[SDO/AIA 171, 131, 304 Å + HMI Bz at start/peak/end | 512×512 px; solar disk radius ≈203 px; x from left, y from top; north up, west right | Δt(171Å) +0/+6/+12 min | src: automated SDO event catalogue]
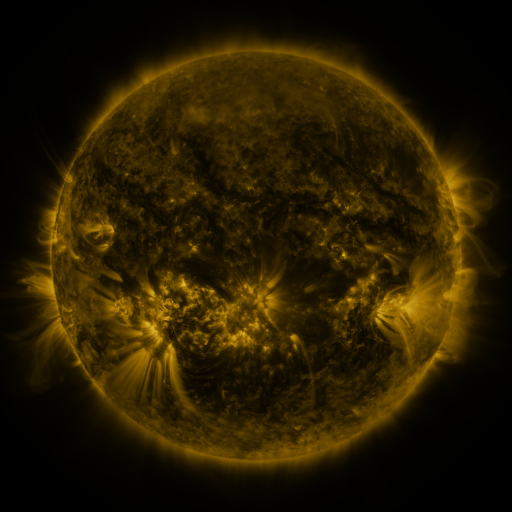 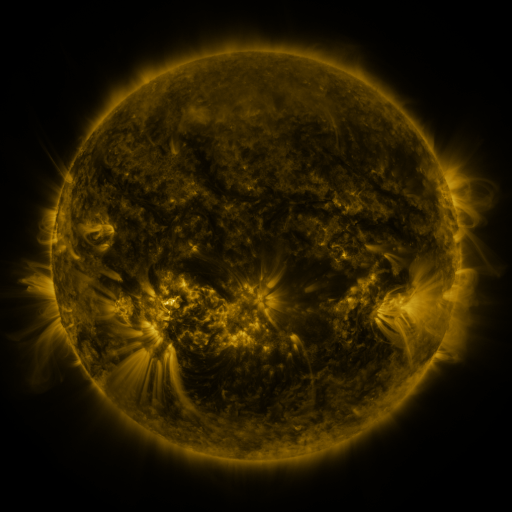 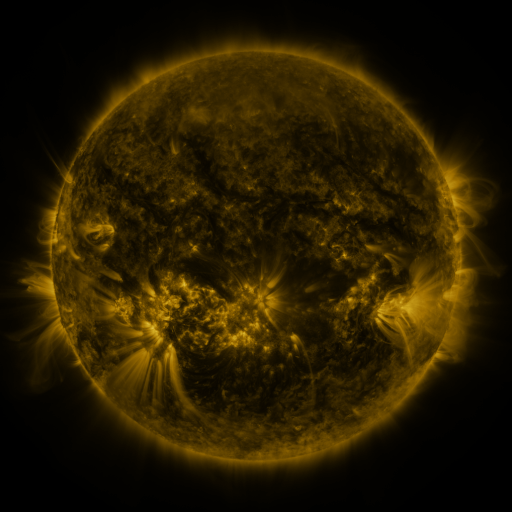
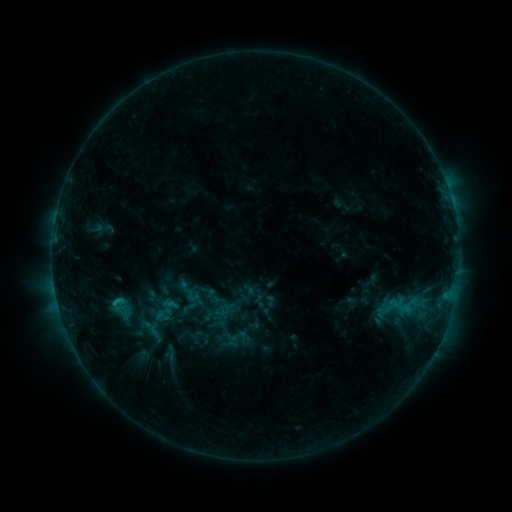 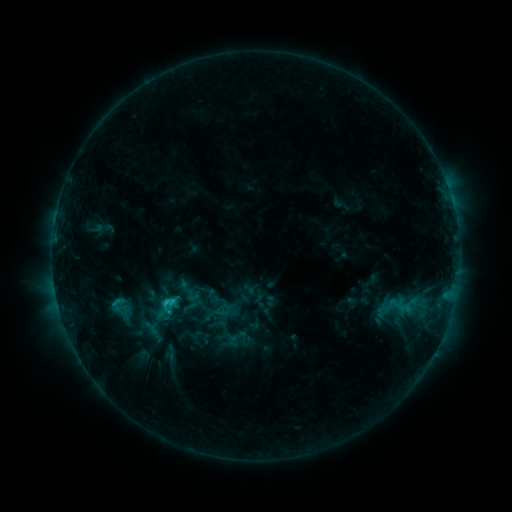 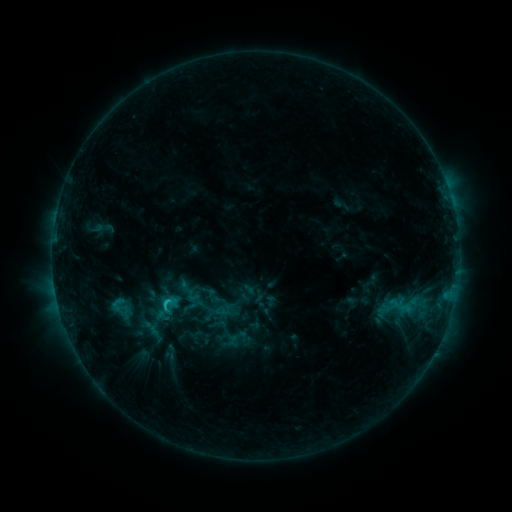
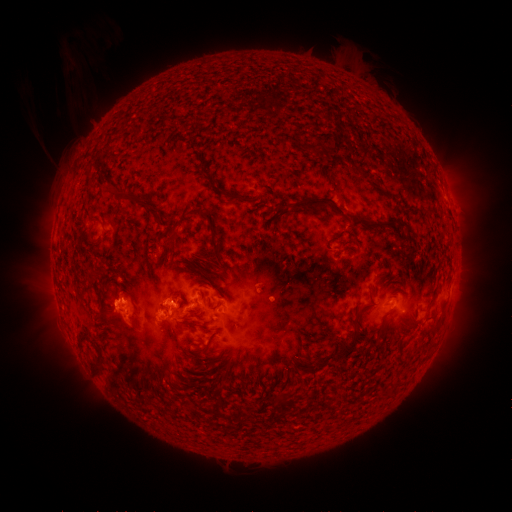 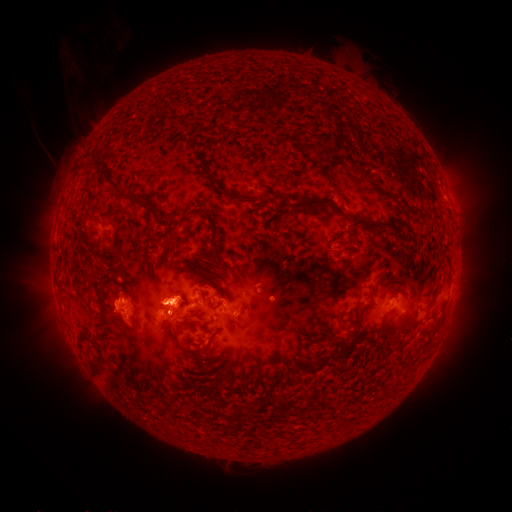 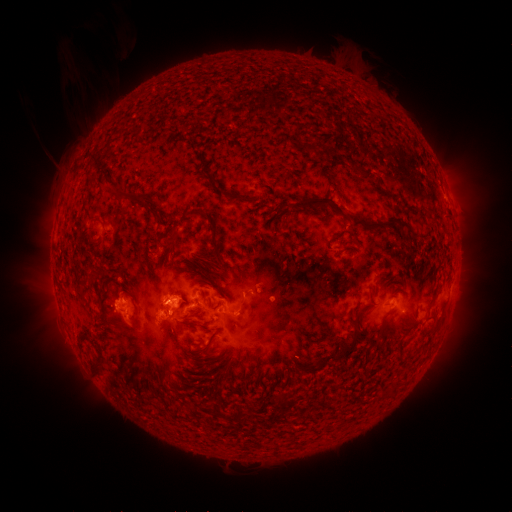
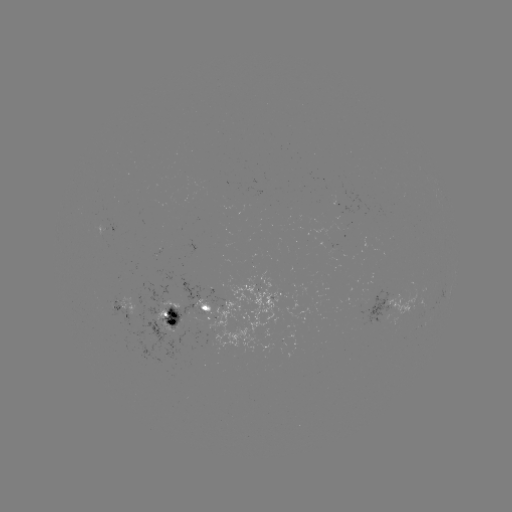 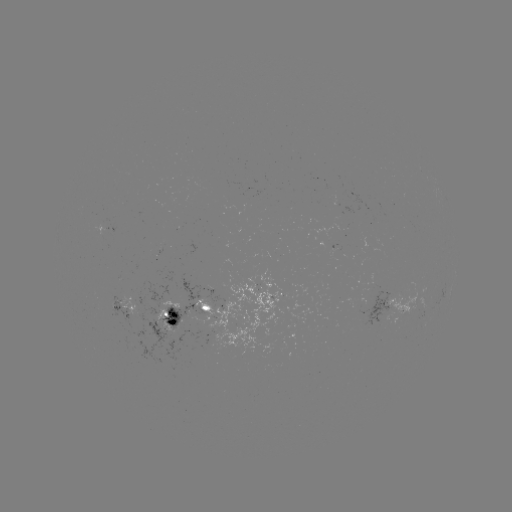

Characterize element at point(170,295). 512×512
eruption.